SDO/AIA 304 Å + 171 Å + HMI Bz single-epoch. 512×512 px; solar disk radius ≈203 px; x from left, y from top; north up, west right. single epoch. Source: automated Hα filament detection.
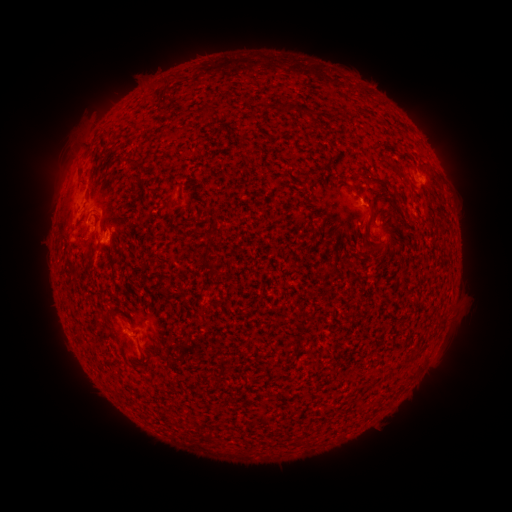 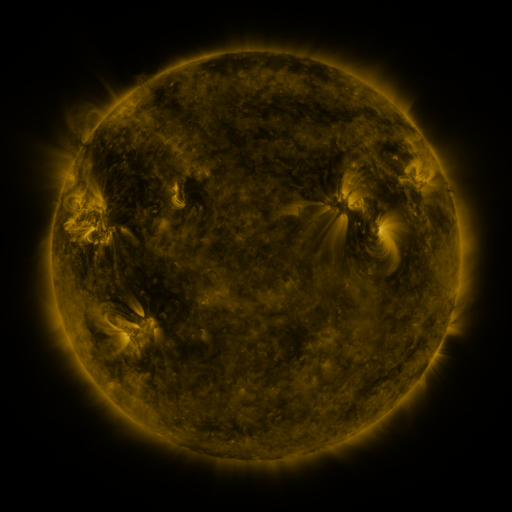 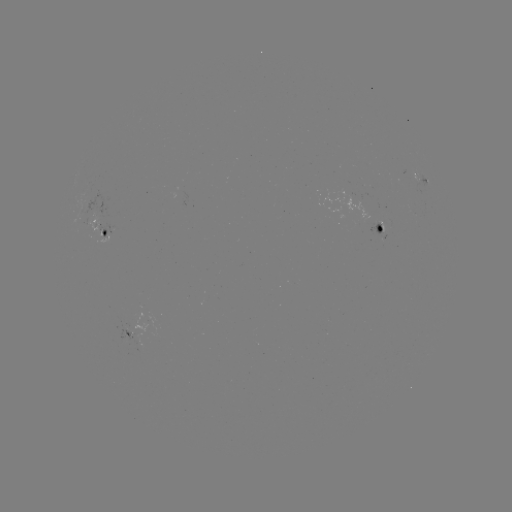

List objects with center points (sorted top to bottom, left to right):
filament: <bbox>167, 84, 177, 92</bbox>
filament: <bbox>203, 101, 215, 120</bbox>
filament: <bbox>306, 110, 319, 121</bbox>
filament: <bbox>126, 157, 137, 166</bbox>
filament: <bbox>303, 171, 314, 183</bbox>
filament: <bbox>362, 178, 391, 191</bbox>
filament: <bbox>367, 204, 375, 221</bbox>
filament: <bbox>93, 210, 101, 222</bbox>
filament: <bbox>377, 214, 383, 225</bbox>
filament: <bbox>370, 238, 385, 248</bbox>
filament: <bbox>202, 260, 219, 276</bbox>
